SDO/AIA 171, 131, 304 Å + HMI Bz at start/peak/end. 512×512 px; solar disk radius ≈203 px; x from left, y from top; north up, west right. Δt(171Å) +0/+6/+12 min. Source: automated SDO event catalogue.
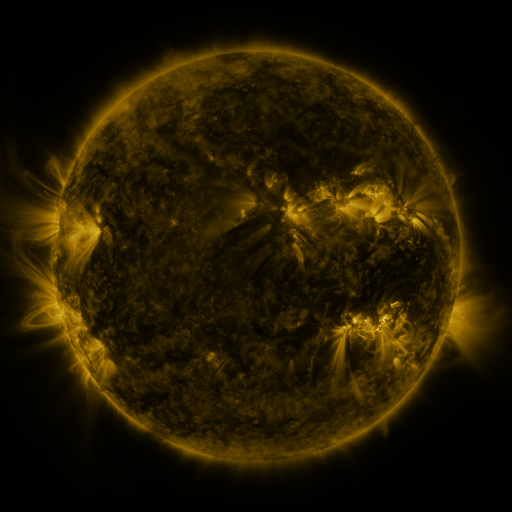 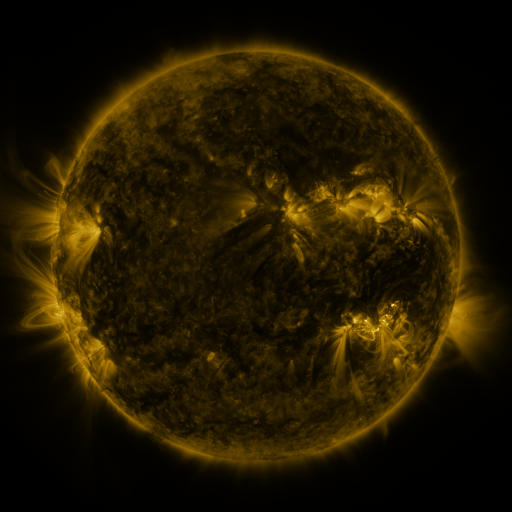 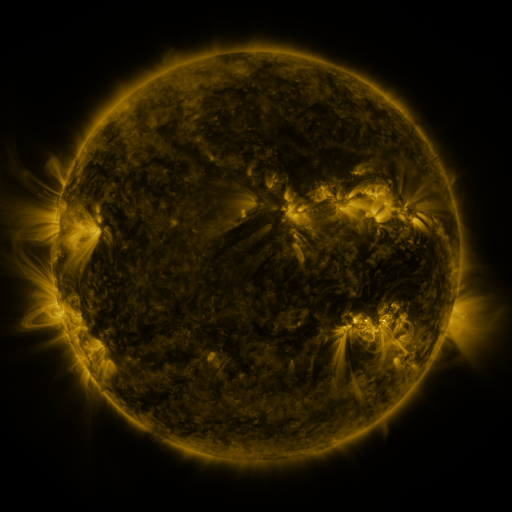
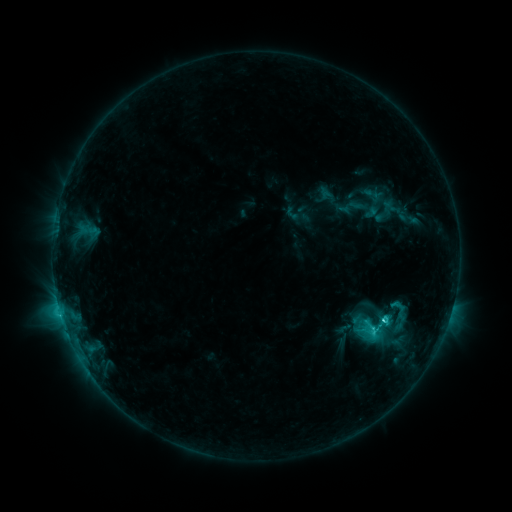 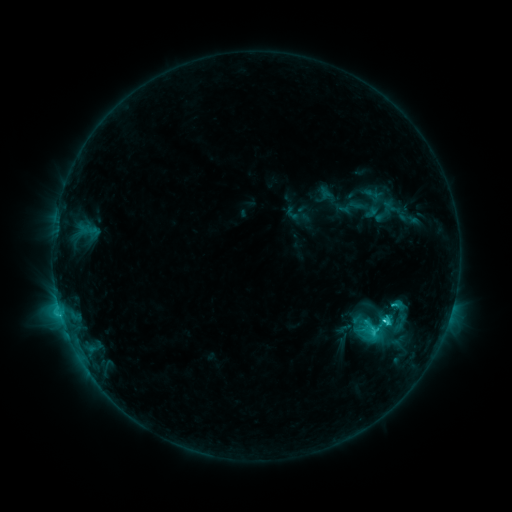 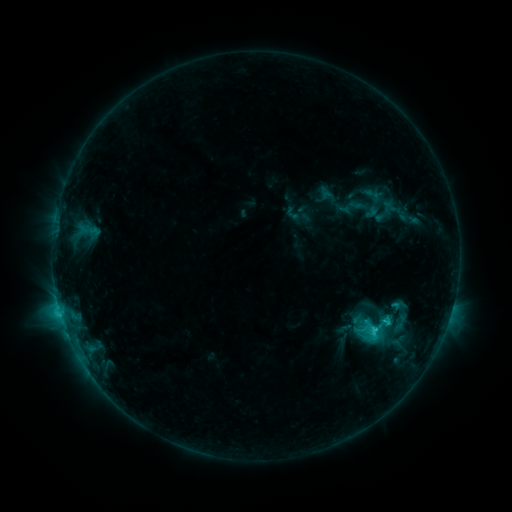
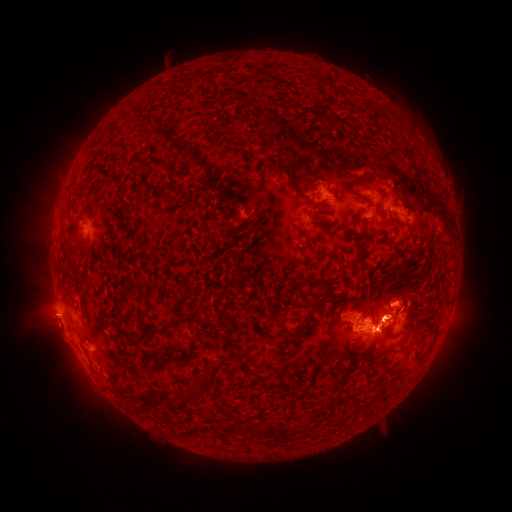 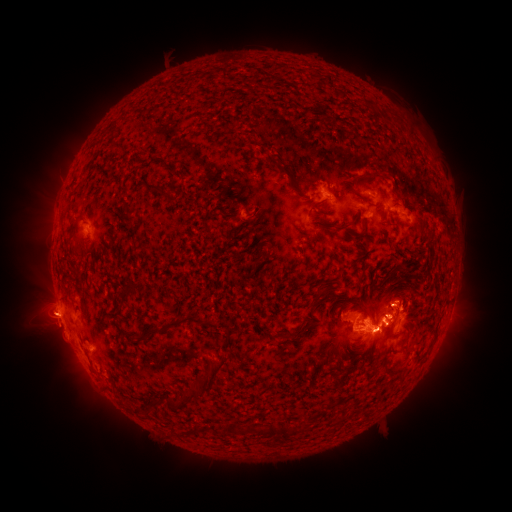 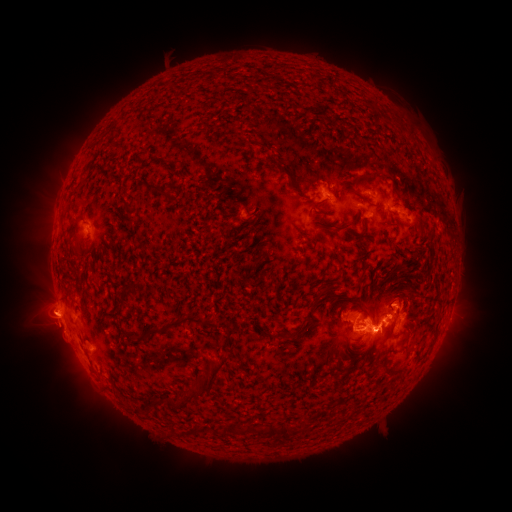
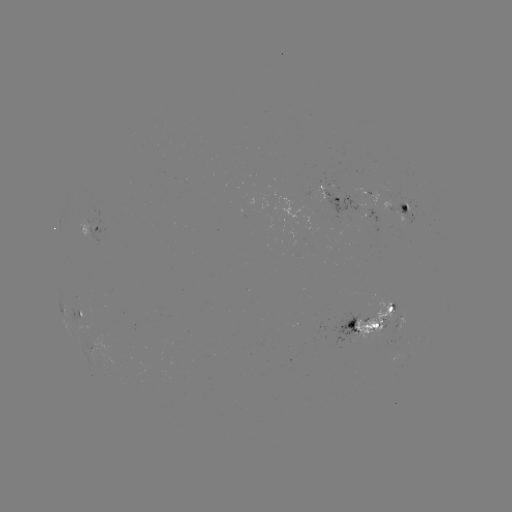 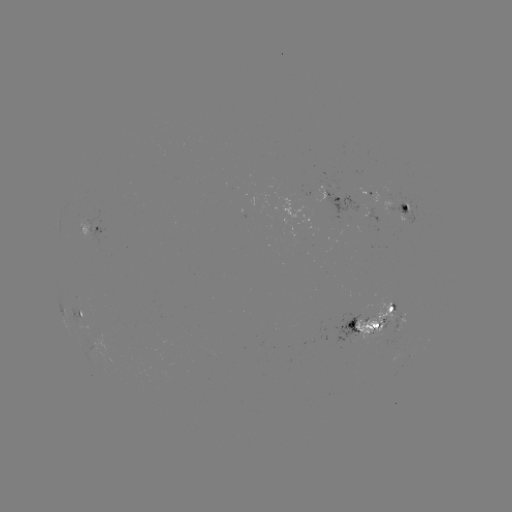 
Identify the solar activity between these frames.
eruption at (45, 313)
